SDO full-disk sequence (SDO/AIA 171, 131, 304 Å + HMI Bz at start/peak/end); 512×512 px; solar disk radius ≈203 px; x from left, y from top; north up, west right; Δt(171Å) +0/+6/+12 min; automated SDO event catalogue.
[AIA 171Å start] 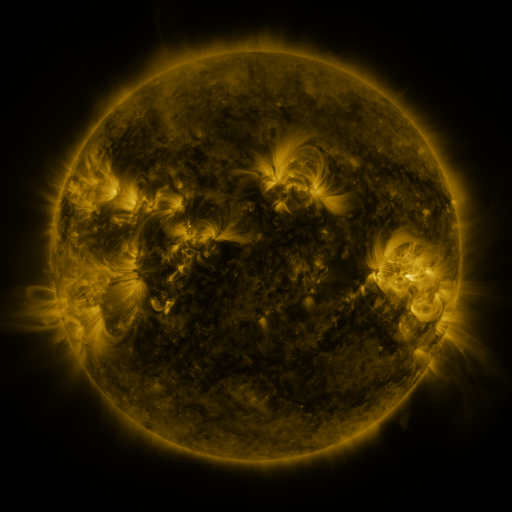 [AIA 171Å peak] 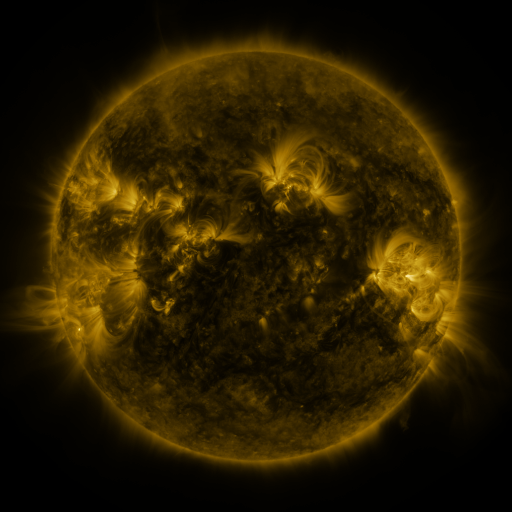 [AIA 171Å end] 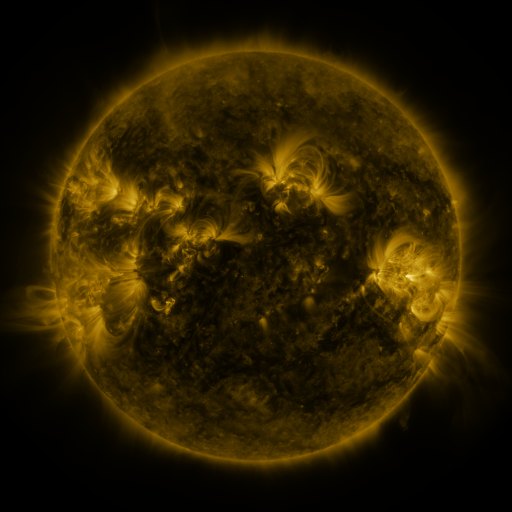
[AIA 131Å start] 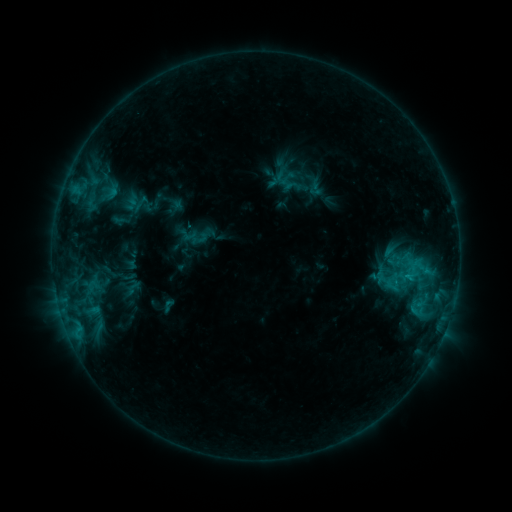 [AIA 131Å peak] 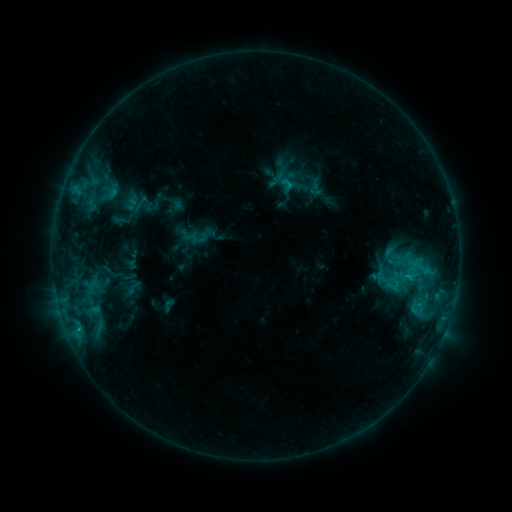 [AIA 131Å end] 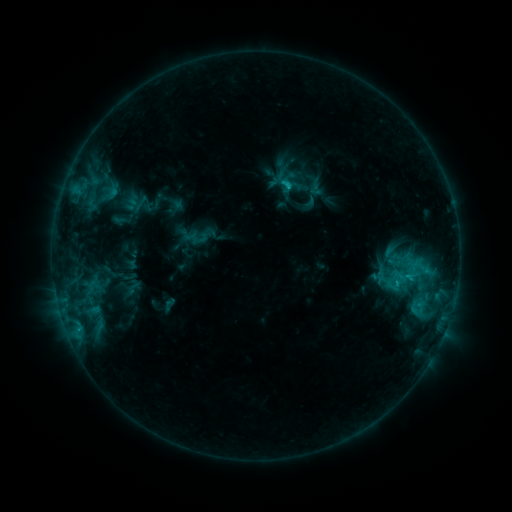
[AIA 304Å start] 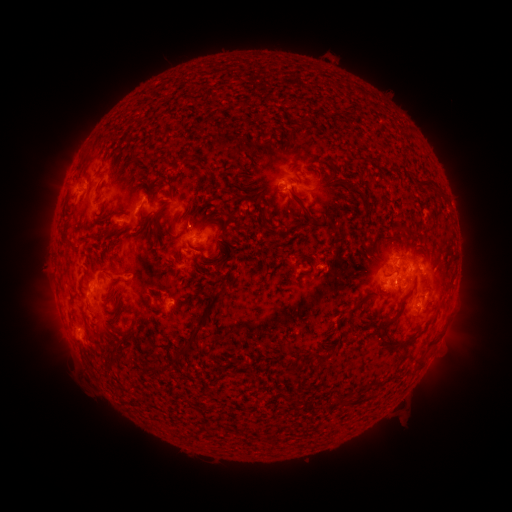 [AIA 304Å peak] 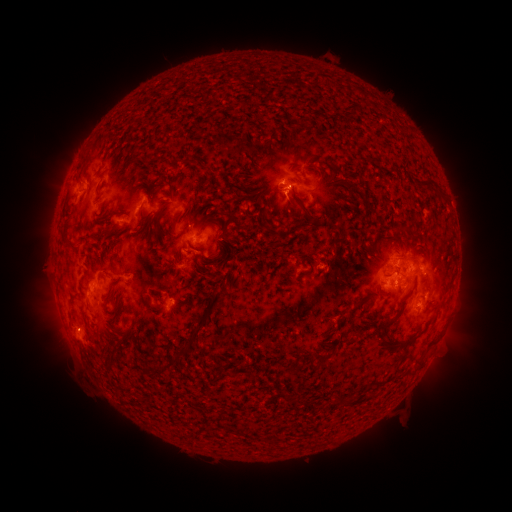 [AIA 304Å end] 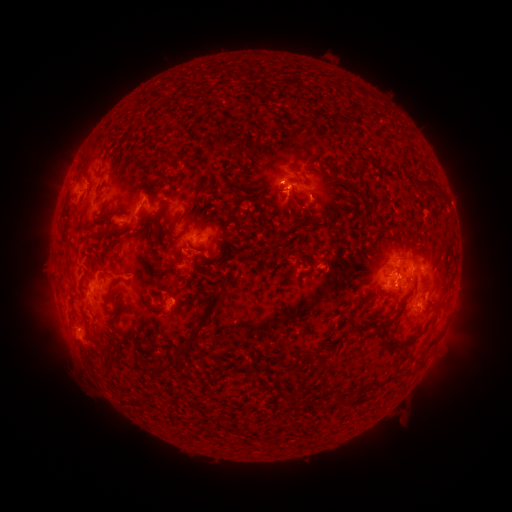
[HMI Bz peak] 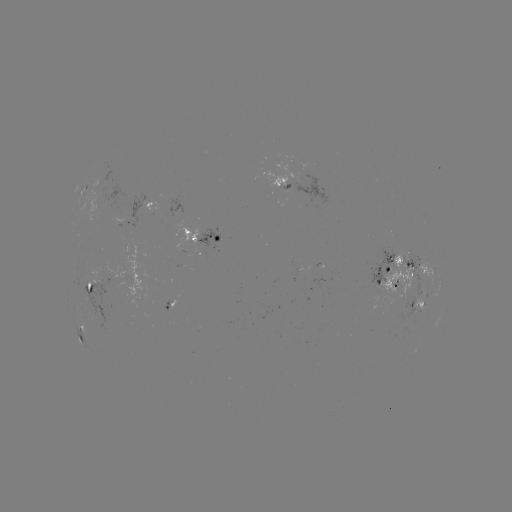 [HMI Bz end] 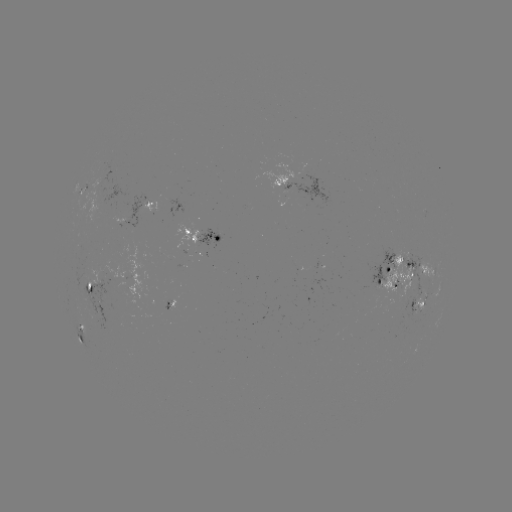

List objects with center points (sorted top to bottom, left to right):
eruption: (283, 163)
